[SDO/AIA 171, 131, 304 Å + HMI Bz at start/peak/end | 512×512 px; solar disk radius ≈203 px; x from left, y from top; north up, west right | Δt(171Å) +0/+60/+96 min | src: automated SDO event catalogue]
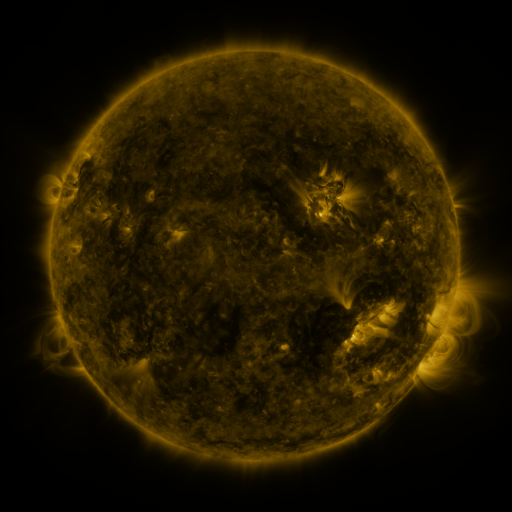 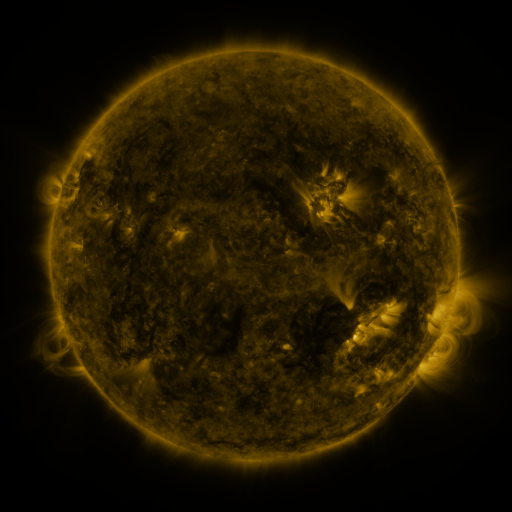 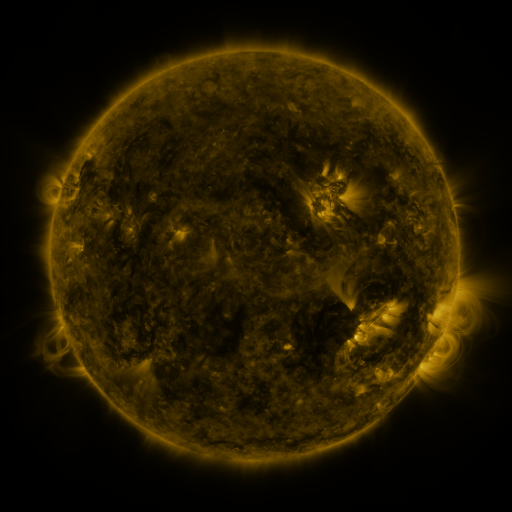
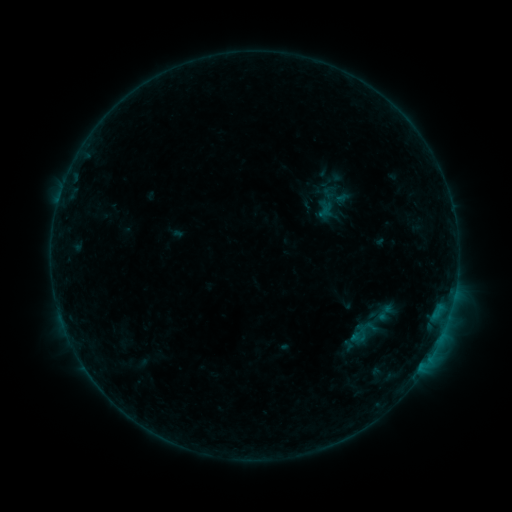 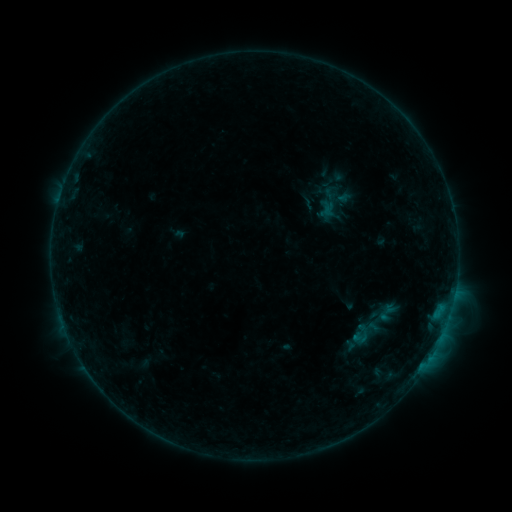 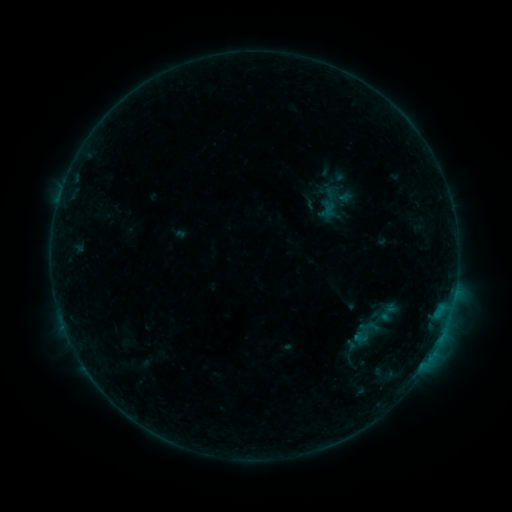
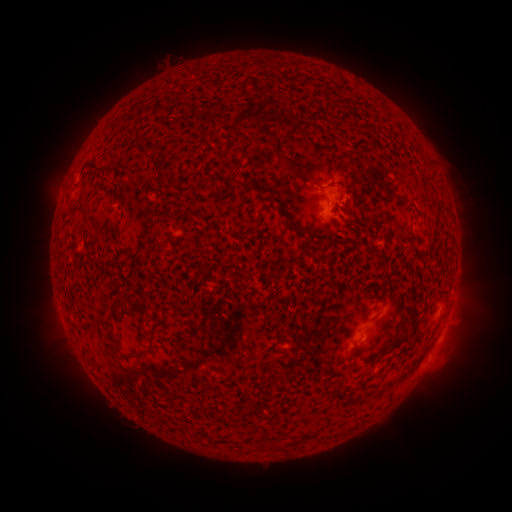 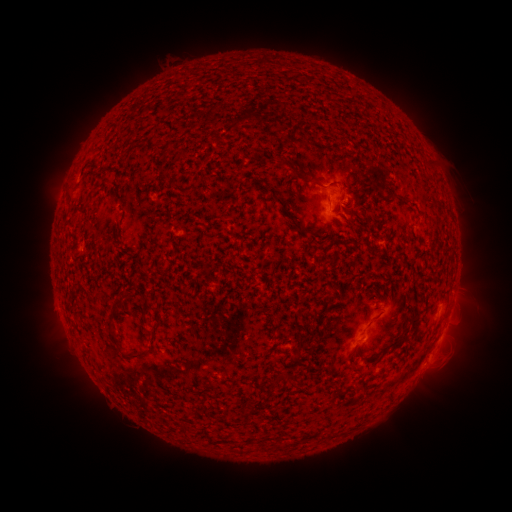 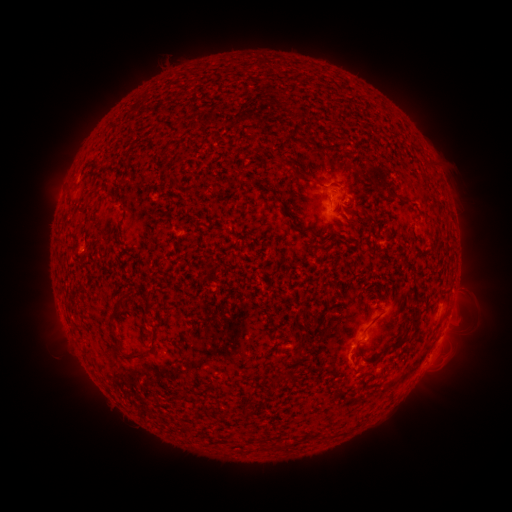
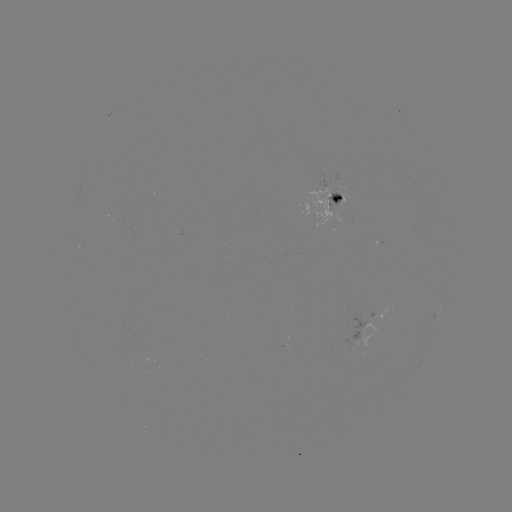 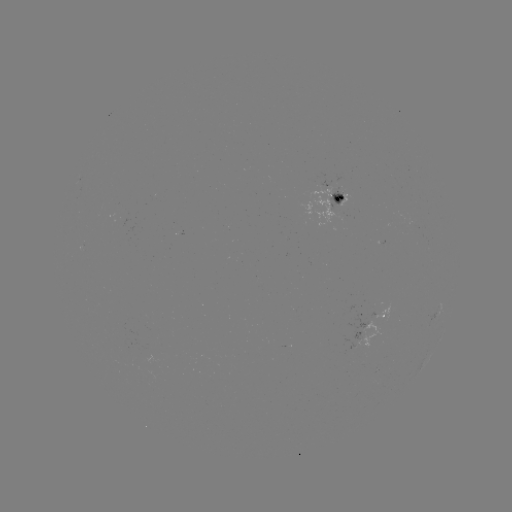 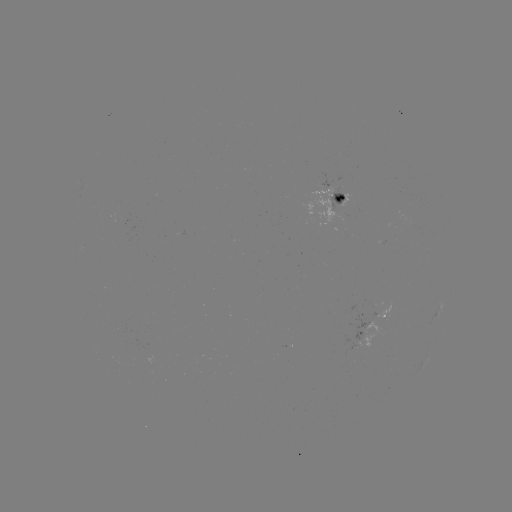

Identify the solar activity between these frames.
emerging-flux region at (333, 208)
